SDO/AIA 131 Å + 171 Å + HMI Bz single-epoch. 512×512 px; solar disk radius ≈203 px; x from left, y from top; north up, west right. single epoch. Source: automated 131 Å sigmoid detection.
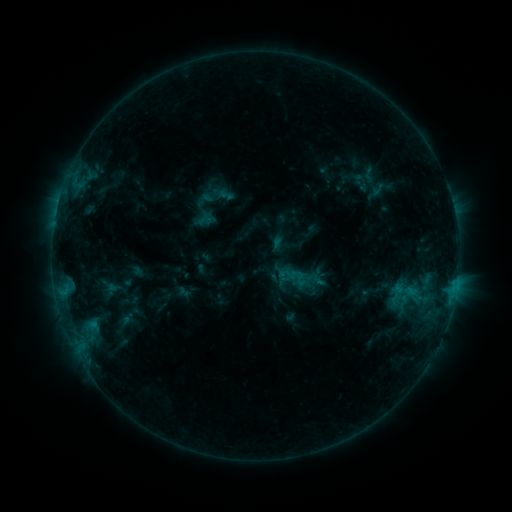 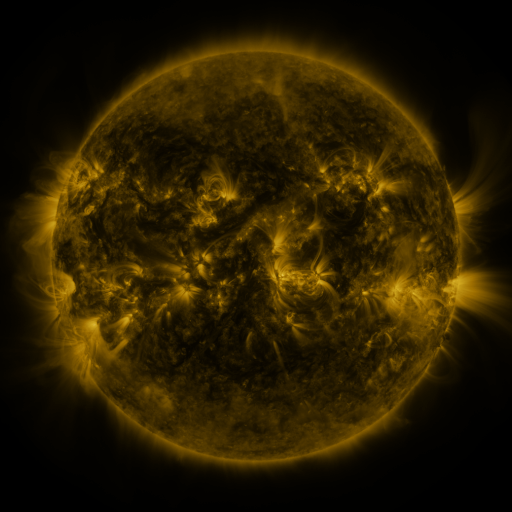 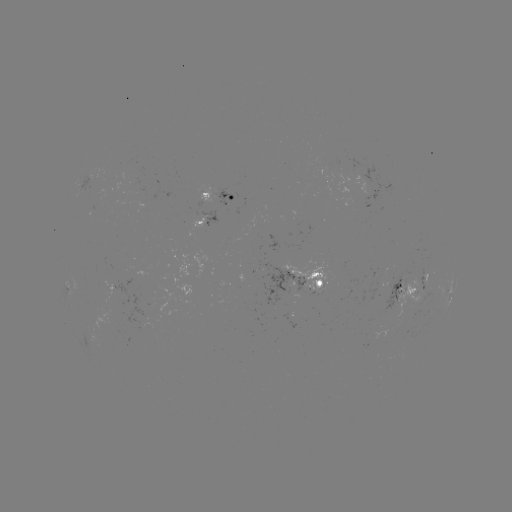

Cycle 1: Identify sigmoid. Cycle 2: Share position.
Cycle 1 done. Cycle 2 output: (406, 291).